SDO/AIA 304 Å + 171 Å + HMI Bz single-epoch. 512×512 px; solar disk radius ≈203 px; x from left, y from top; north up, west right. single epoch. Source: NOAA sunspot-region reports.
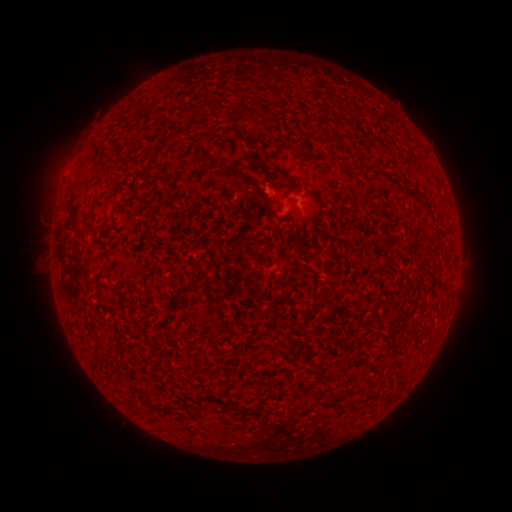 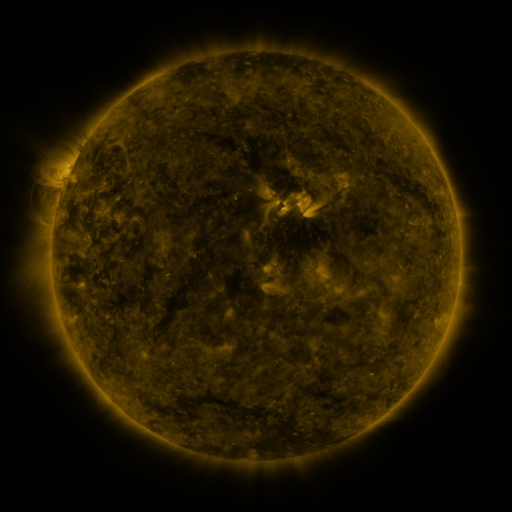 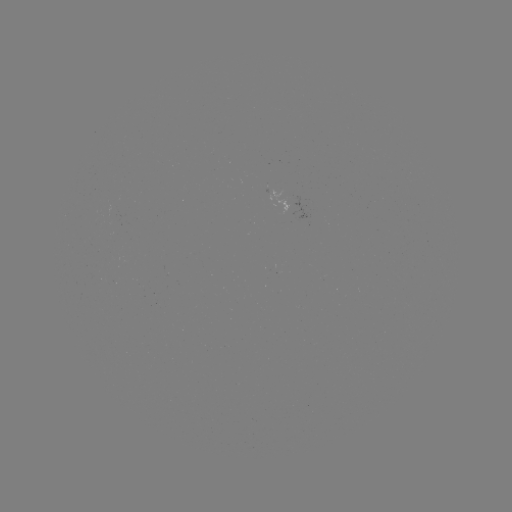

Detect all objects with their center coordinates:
spotted active region: (311, 209)
